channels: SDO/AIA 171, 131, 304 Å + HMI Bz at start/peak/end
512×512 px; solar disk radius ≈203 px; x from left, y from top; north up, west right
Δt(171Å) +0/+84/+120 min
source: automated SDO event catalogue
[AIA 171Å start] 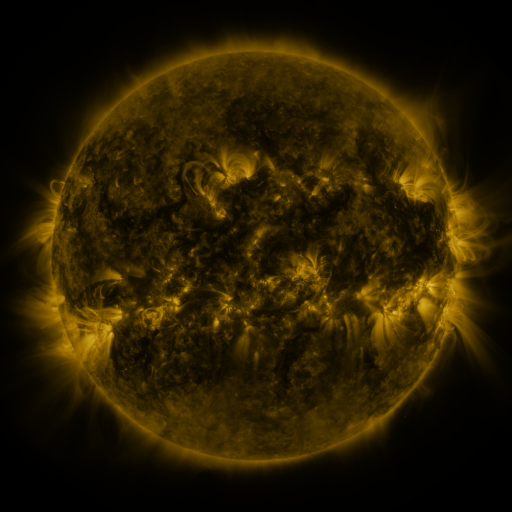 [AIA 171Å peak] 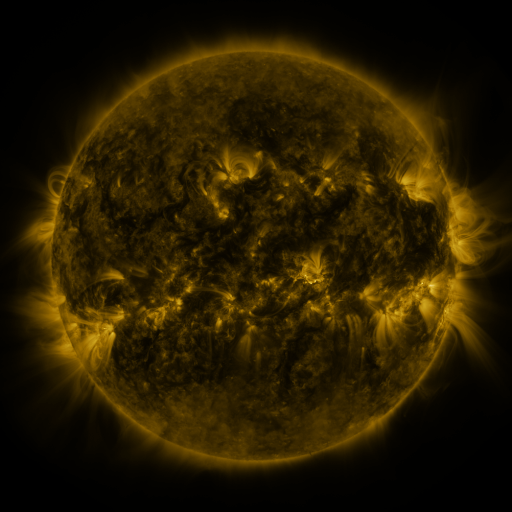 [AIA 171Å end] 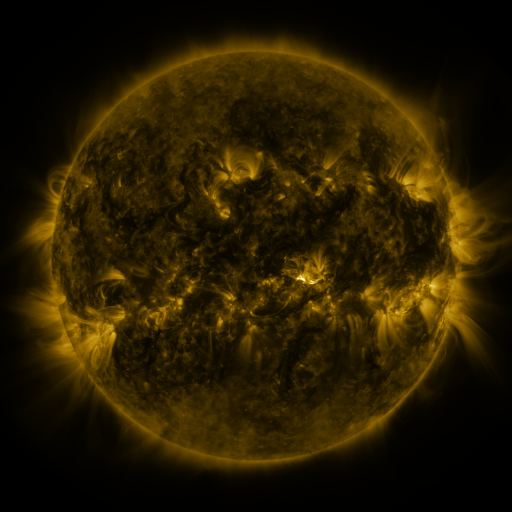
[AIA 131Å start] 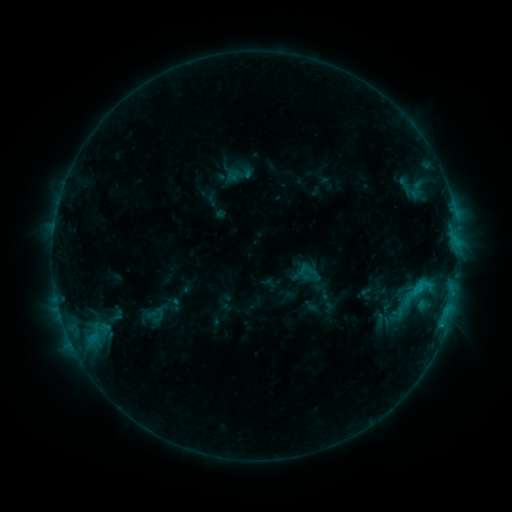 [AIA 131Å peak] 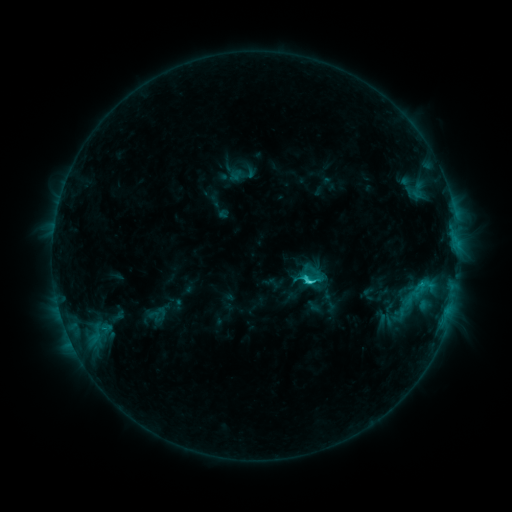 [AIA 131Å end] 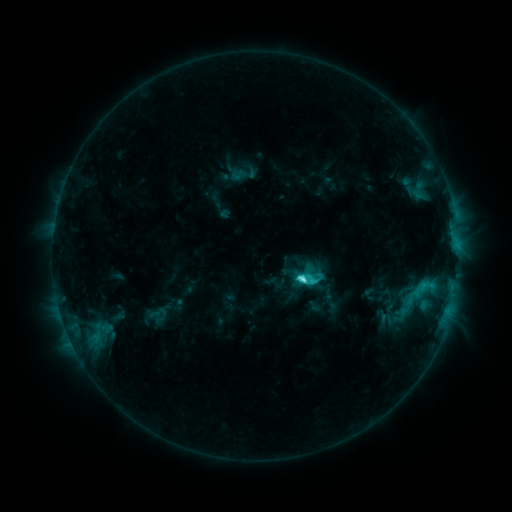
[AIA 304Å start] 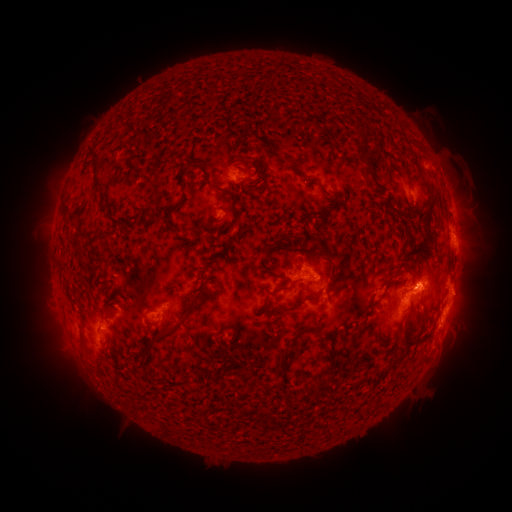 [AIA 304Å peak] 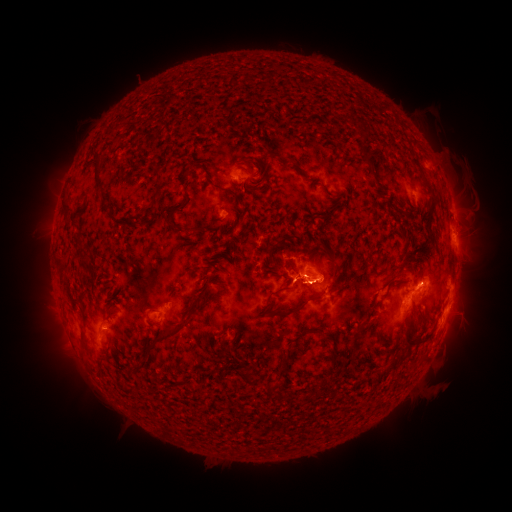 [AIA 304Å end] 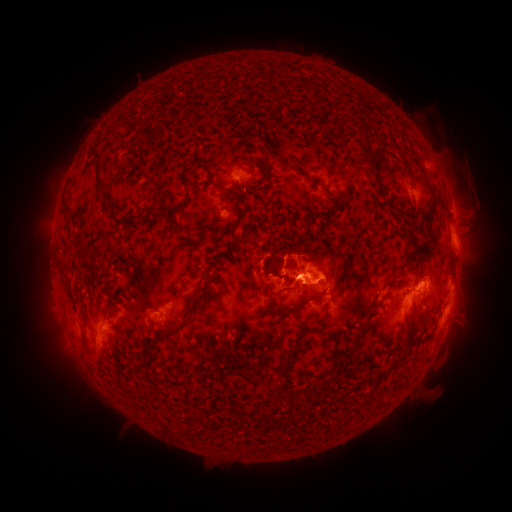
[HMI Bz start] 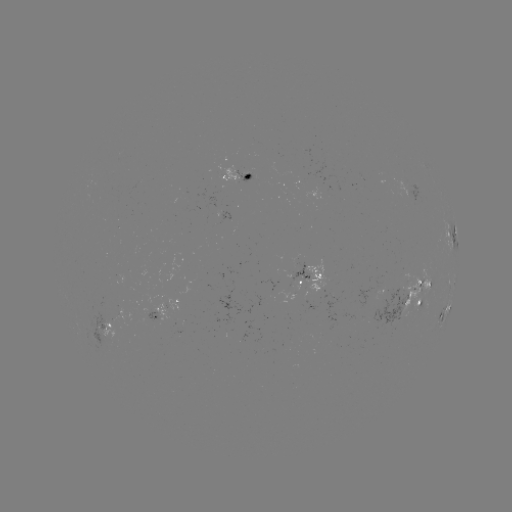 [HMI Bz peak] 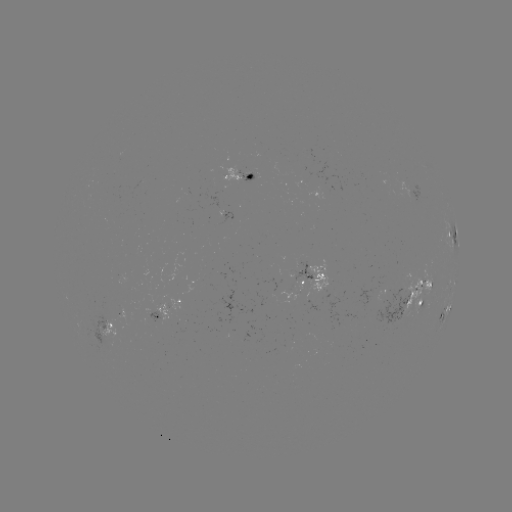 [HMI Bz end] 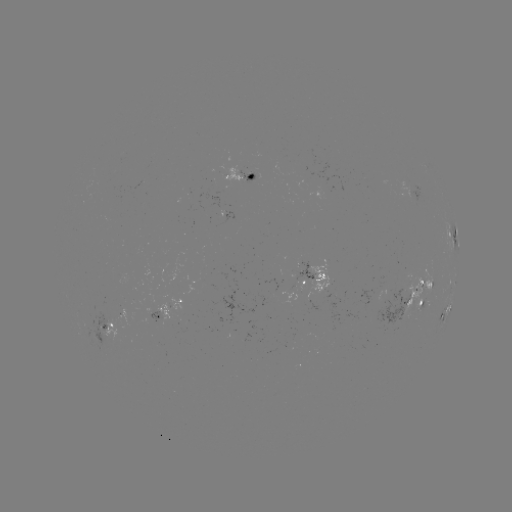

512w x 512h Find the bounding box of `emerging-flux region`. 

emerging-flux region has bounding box [240, 332, 252, 342].